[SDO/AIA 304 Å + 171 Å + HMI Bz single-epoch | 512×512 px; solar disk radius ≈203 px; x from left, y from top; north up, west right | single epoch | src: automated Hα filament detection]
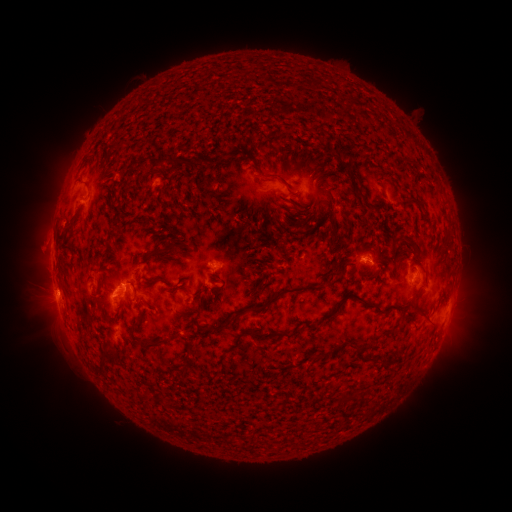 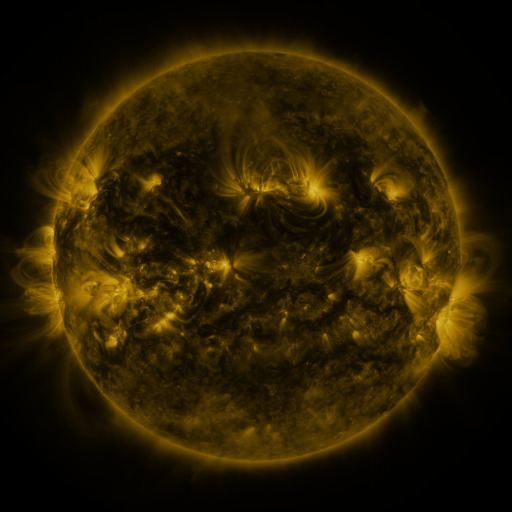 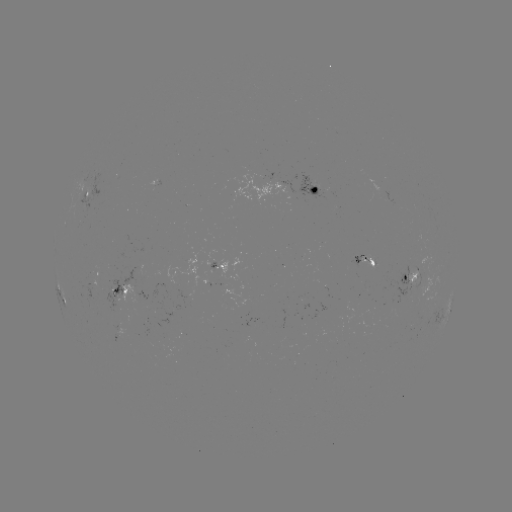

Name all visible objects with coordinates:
filament: (307, 78, 319, 90)
filament: (134, 95, 143, 108)
filament: (236, 123, 267, 142)
filament: (318, 139, 356, 155)
filament: (239, 149, 251, 162)
filament: (222, 152, 232, 159)
filament: (157, 154, 183, 167)
filament: (336, 156, 364, 186)
filament: (298, 164, 308, 174)
filament: (256, 167, 292, 190)
filament: (314, 169, 328, 186)
filament: (215, 211, 223, 220)
filament: (311, 211, 321, 223)
filament: (295, 218, 305, 230)
filament: (163, 233, 175, 246)
filament: (334, 233, 344, 246)
filament: (173, 235, 187, 246)
filament: (327, 237, 339, 251)
filament: (142, 249, 165, 263)
filament: (334, 252, 354, 270)
filament: (85, 257, 96, 271)
filament: (320, 258, 331, 275)
filament: (264, 276, 335, 307)
filament: (168, 287, 179, 296)
filament: (203, 290, 216, 303)
filament: (317, 290, 388, 323)
filament: (411, 290, 421, 305)
filament: (140, 299, 157, 312)
filament: (191, 301, 205, 312)
filament: (179, 312, 234, 335)
filament: (303, 320, 314, 329)
filament: (128, 321, 144, 336)
filament: (241, 327, 301, 339)
filament: (169, 328, 180, 338)
filament: (136, 338, 167, 351)
filament: (334, 341, 367, 354)
filament: (183, 346, 195, 361)
filament: (312, 350, 328, 359)
filament: (372, 356, 390, 368)
filament: (96, 366, 106, 377)
